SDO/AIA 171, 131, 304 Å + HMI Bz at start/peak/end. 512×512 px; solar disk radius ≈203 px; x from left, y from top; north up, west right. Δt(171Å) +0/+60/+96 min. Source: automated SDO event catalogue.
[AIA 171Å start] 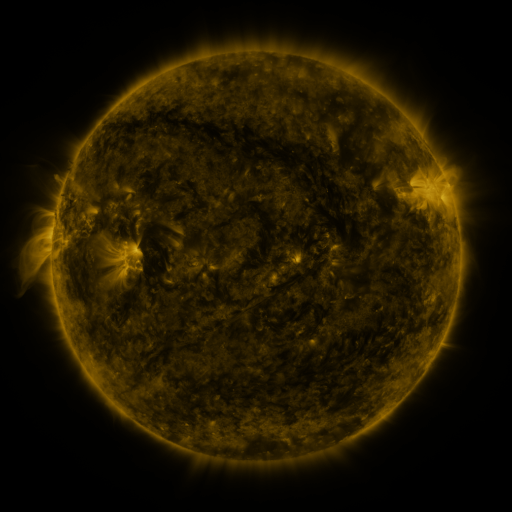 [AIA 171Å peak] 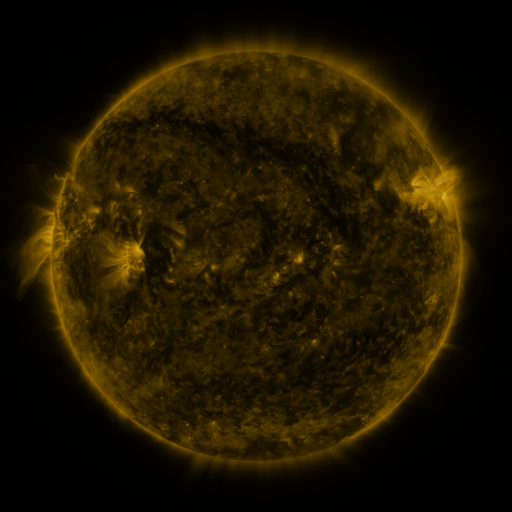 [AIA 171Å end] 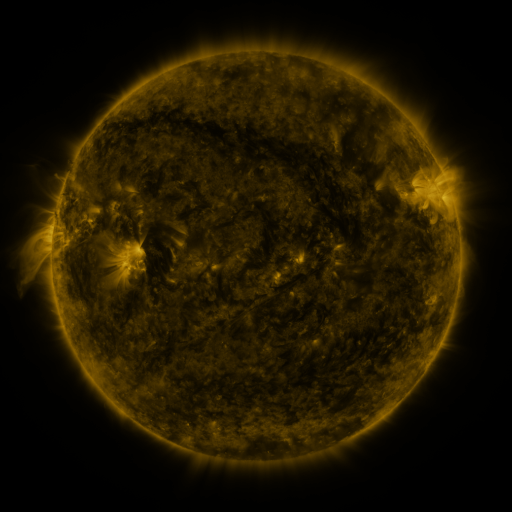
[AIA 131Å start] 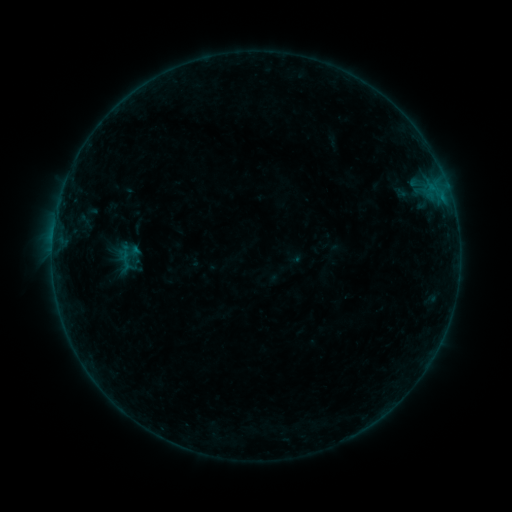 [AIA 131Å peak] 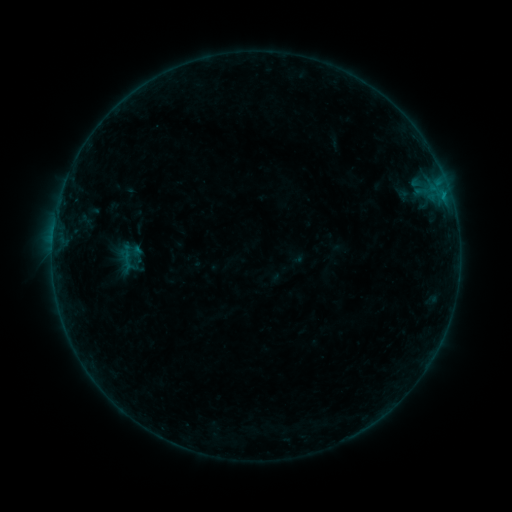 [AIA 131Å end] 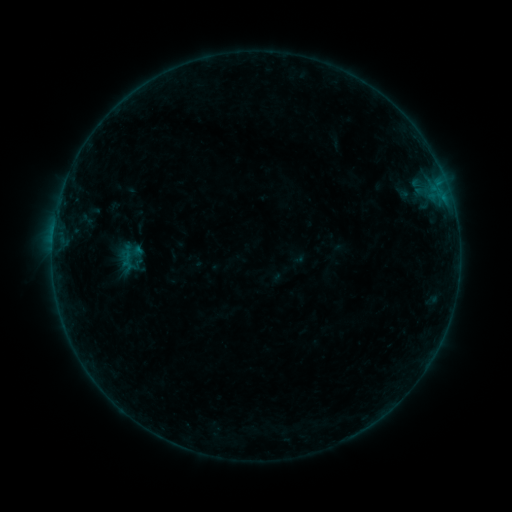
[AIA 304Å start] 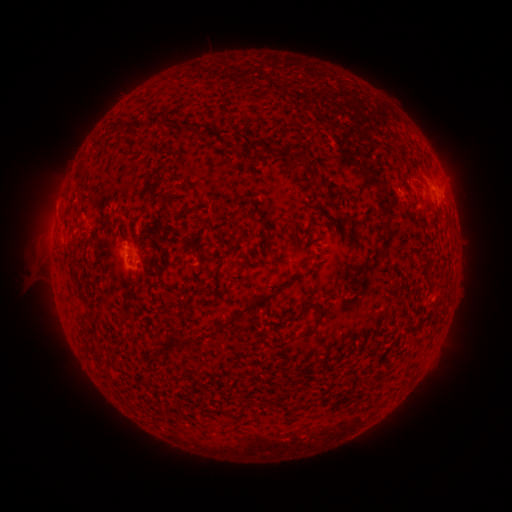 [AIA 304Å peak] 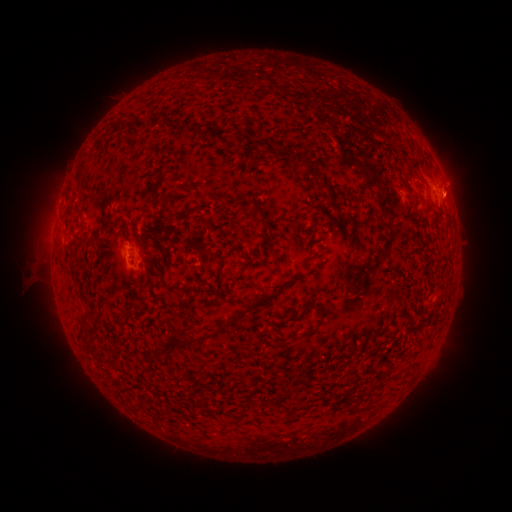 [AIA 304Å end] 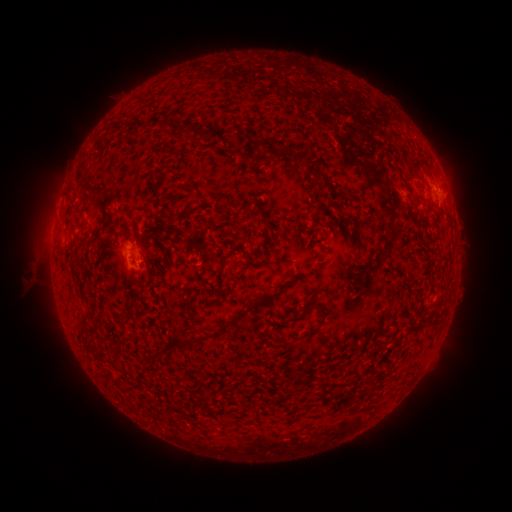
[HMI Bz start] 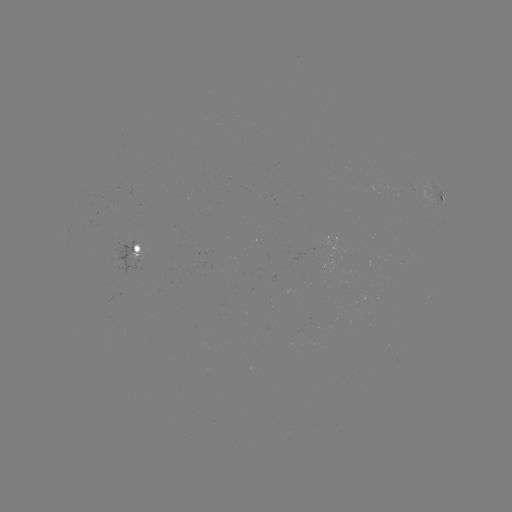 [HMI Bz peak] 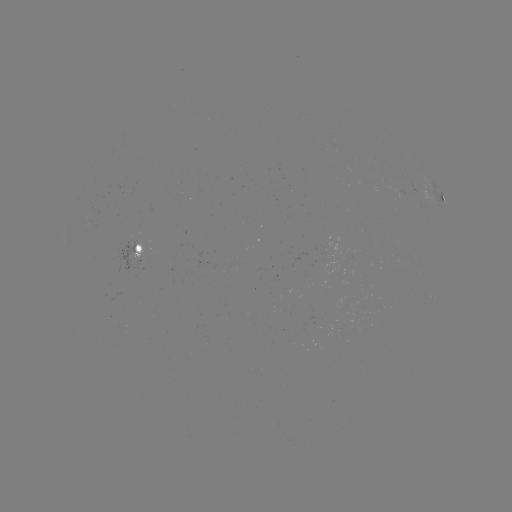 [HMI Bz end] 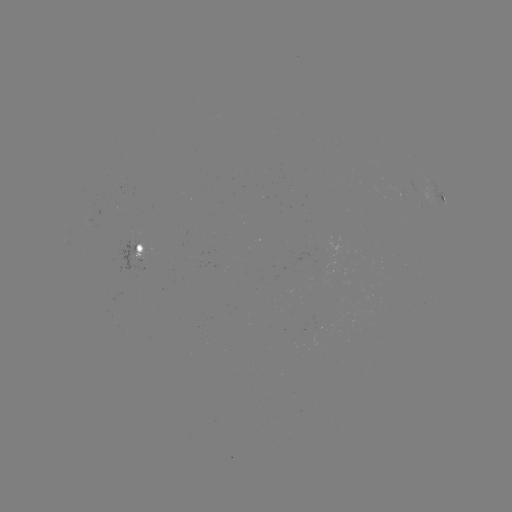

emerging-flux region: (195, 257, 200, 267)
